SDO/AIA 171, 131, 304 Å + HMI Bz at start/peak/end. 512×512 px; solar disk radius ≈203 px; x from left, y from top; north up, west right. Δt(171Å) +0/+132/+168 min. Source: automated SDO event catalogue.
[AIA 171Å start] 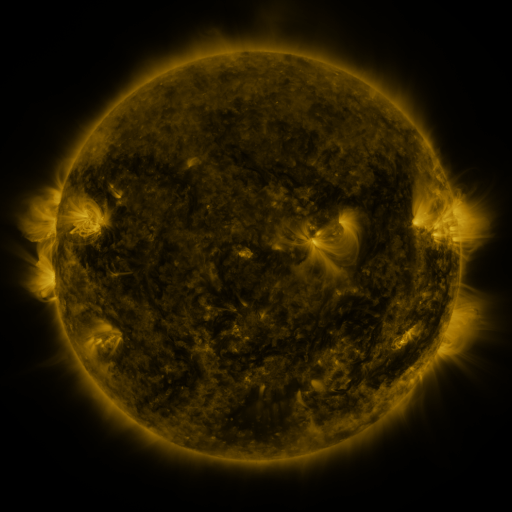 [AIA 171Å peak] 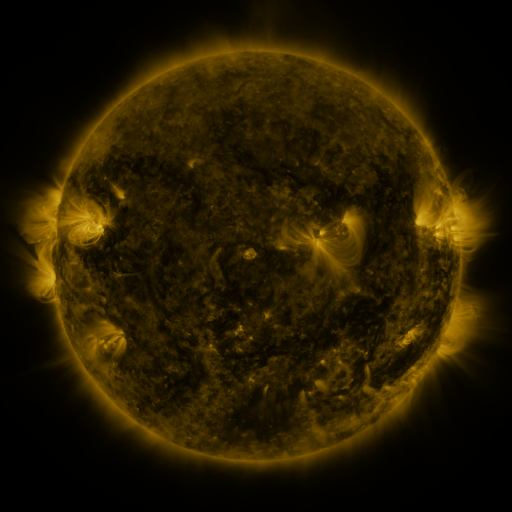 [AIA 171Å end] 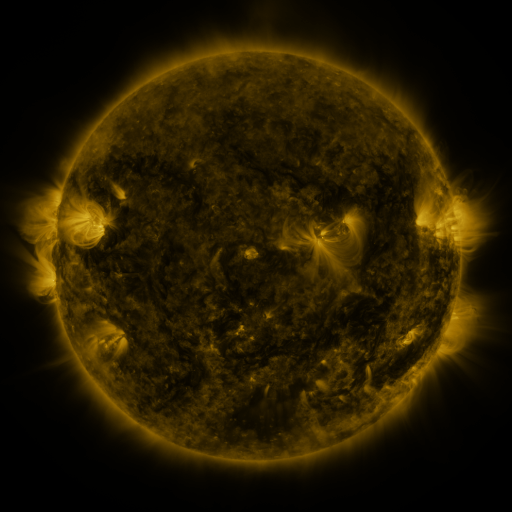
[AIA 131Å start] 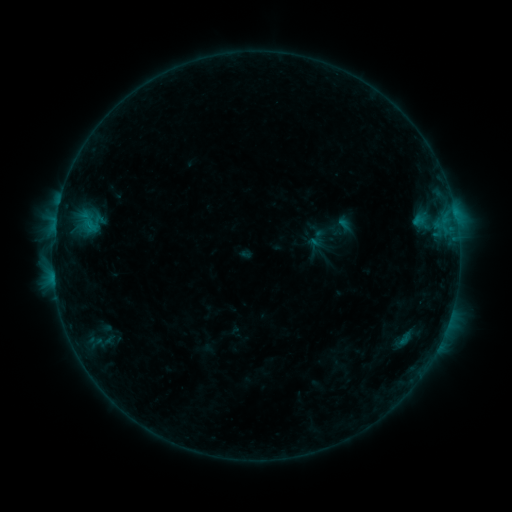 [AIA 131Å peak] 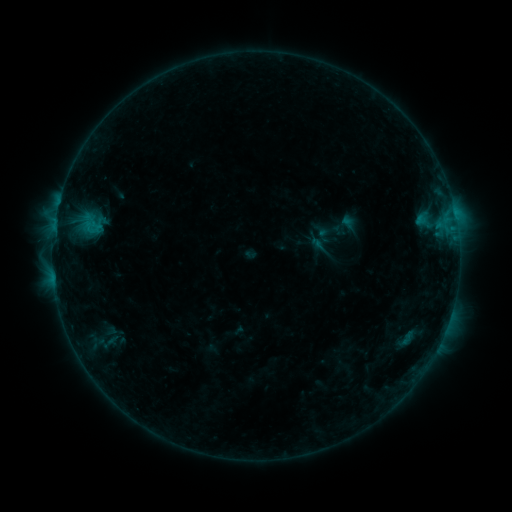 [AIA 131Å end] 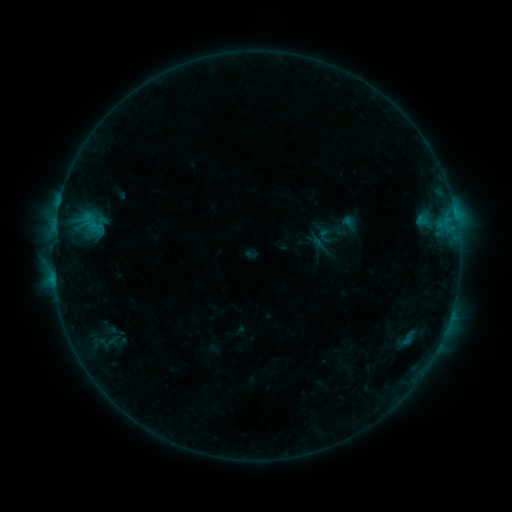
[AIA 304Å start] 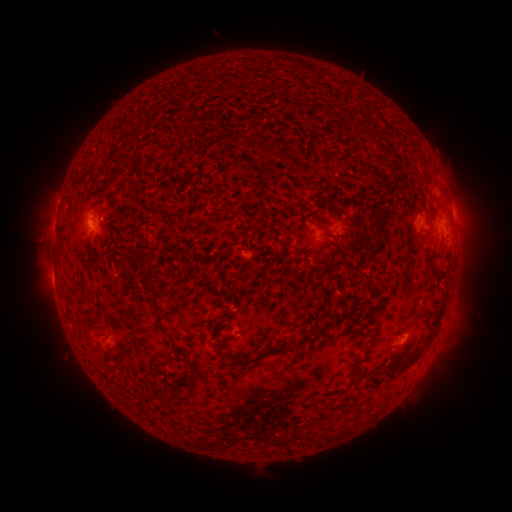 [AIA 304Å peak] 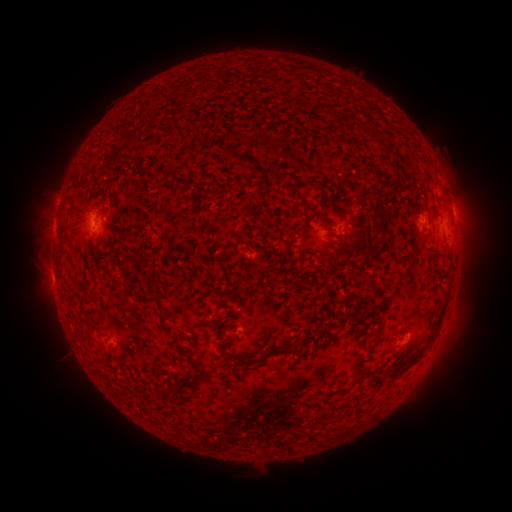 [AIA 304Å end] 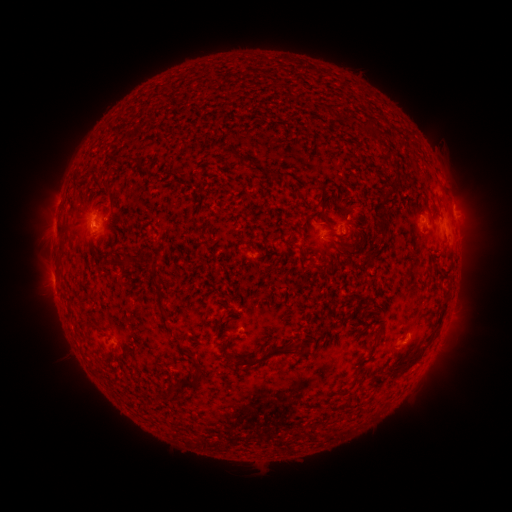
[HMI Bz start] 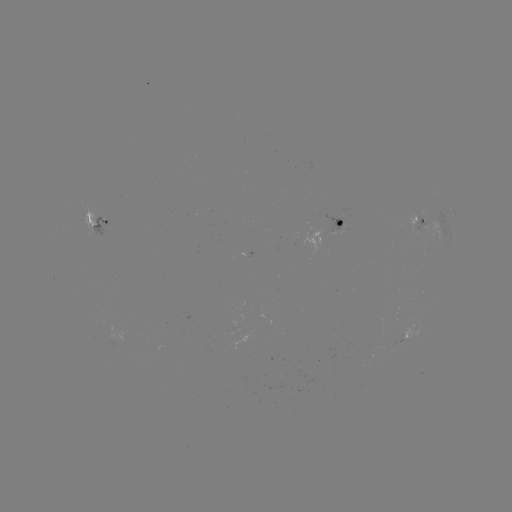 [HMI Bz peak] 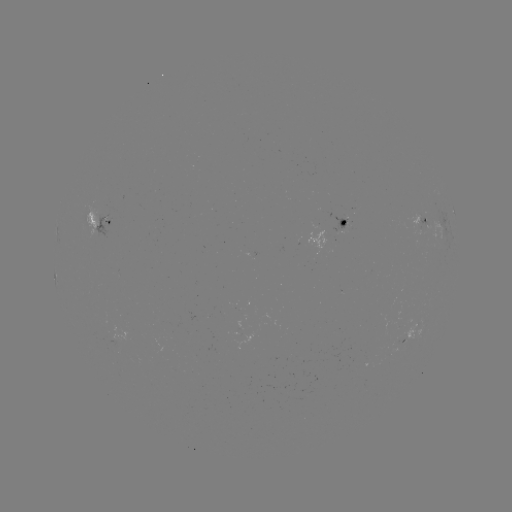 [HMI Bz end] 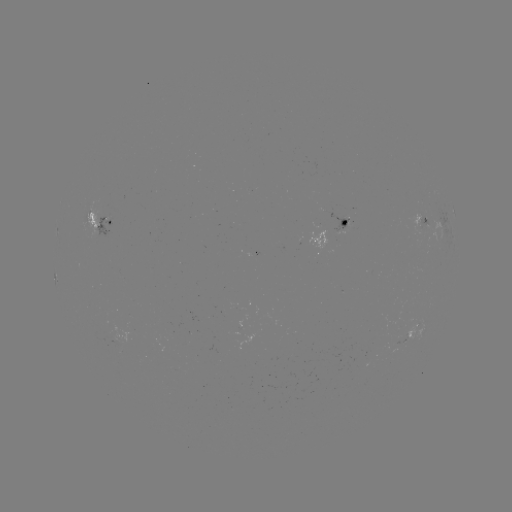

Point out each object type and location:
emerging-flux region: (339, 227)
